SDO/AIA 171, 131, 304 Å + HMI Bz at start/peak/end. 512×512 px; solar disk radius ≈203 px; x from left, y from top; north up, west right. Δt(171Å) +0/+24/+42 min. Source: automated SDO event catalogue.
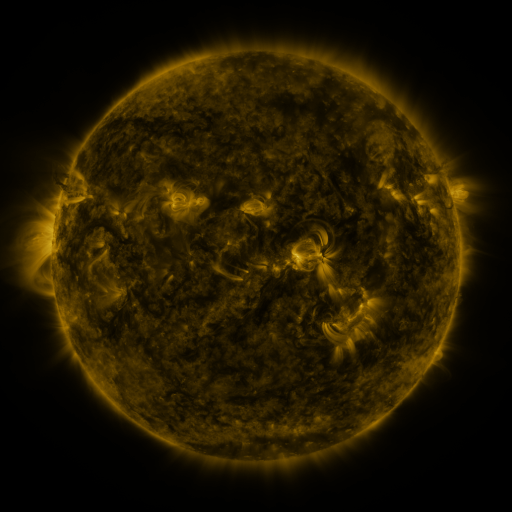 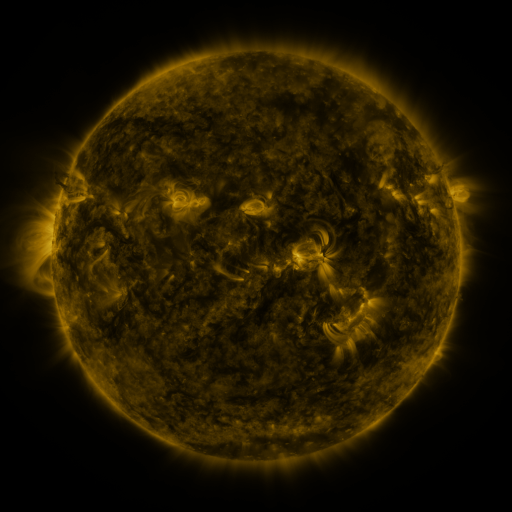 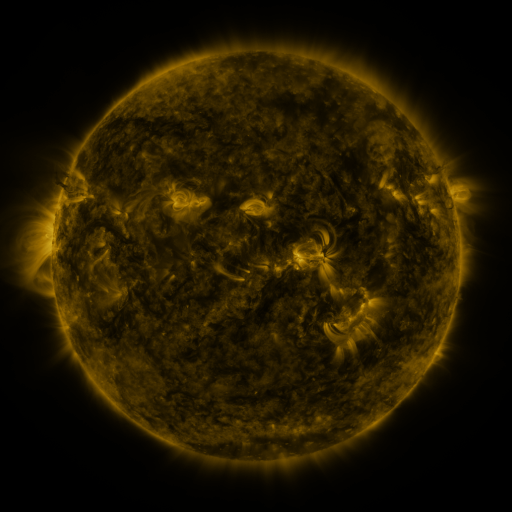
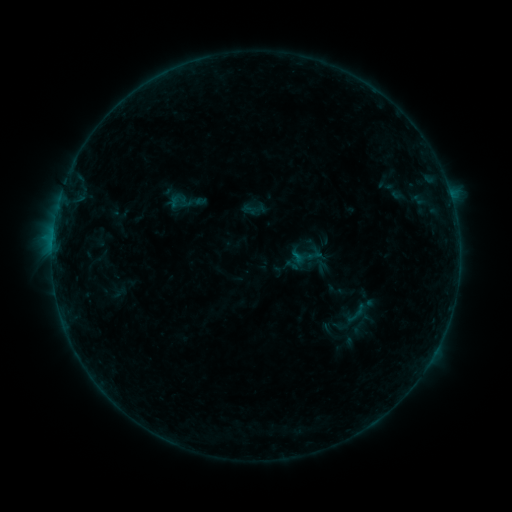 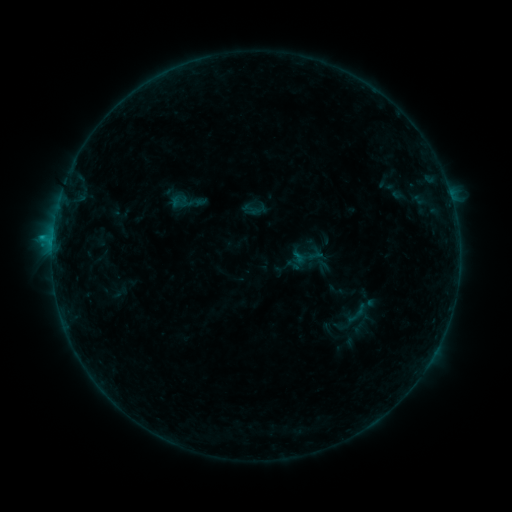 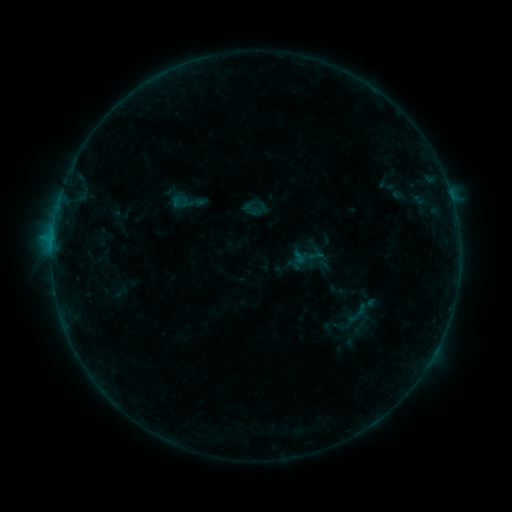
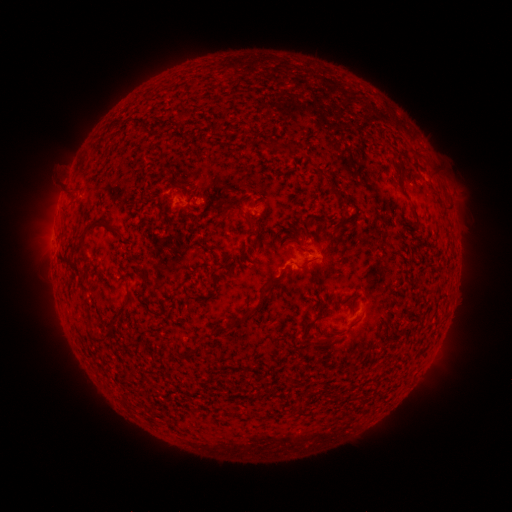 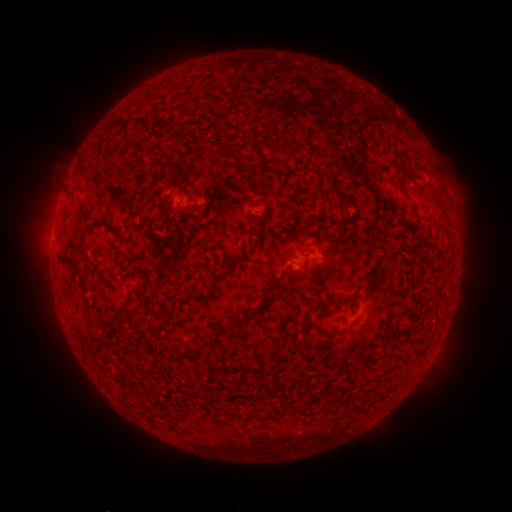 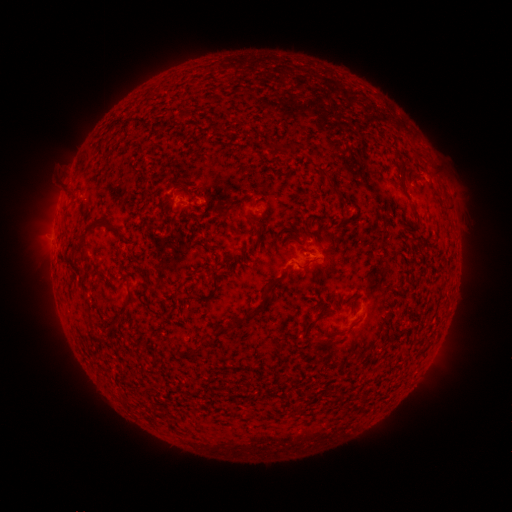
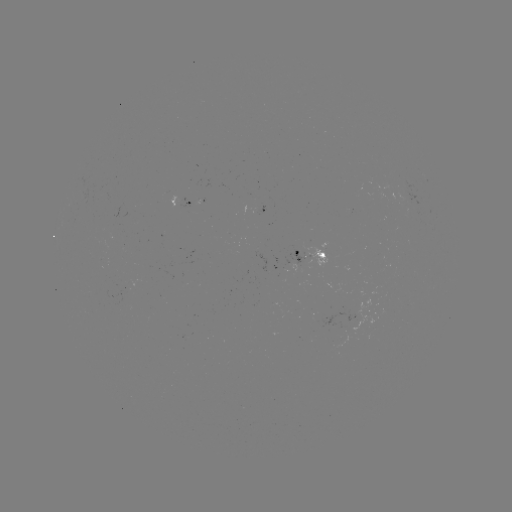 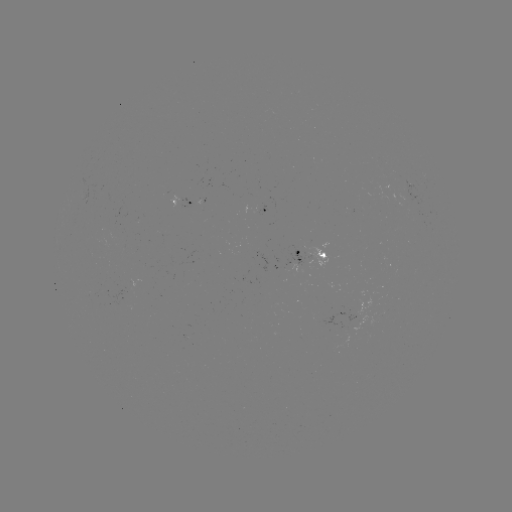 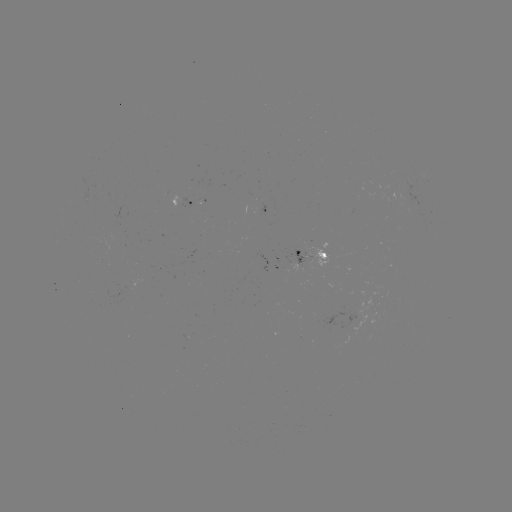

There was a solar flare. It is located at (53, 241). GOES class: B5.2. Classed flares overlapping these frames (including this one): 1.